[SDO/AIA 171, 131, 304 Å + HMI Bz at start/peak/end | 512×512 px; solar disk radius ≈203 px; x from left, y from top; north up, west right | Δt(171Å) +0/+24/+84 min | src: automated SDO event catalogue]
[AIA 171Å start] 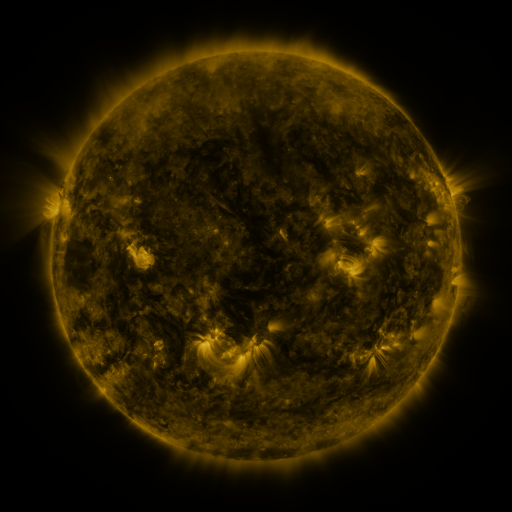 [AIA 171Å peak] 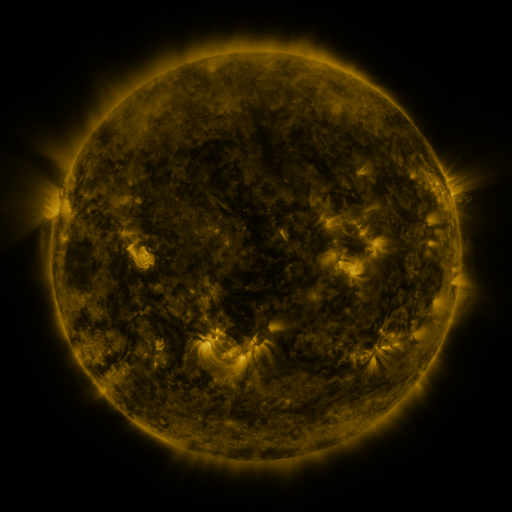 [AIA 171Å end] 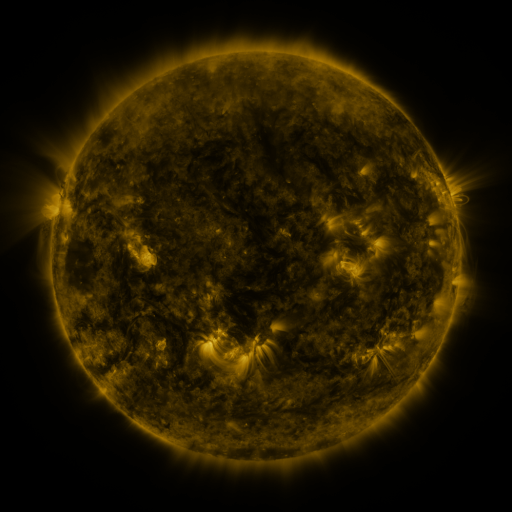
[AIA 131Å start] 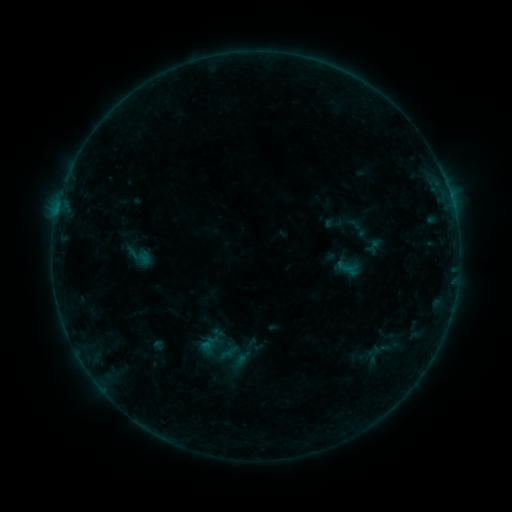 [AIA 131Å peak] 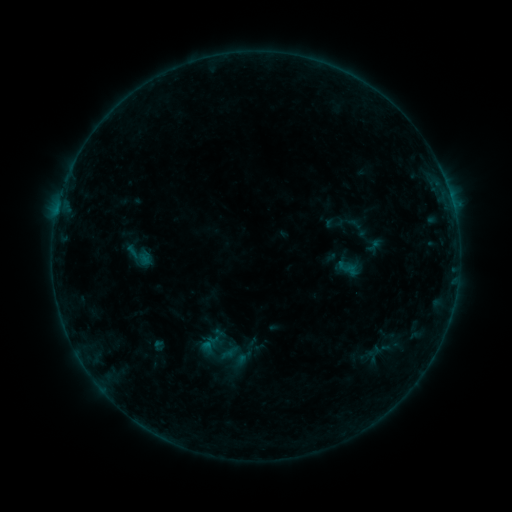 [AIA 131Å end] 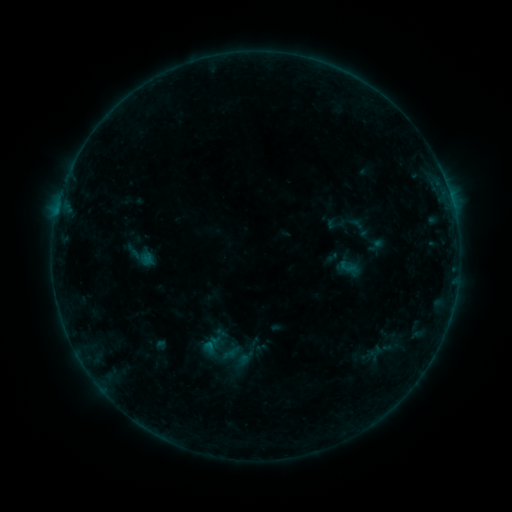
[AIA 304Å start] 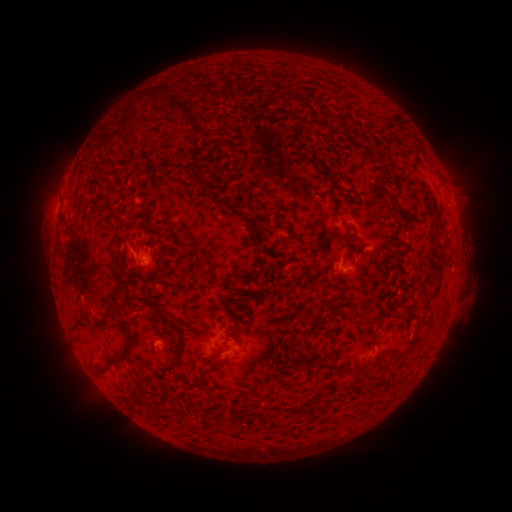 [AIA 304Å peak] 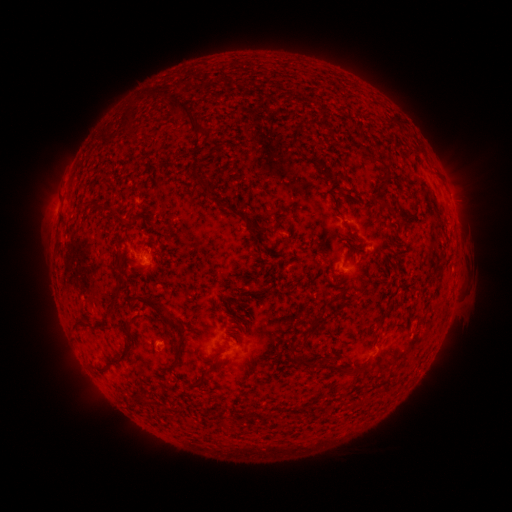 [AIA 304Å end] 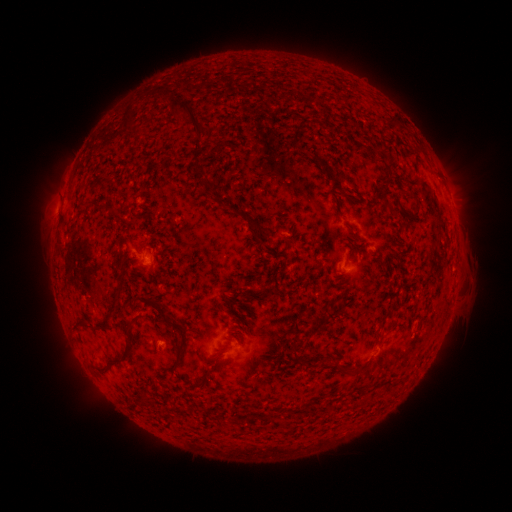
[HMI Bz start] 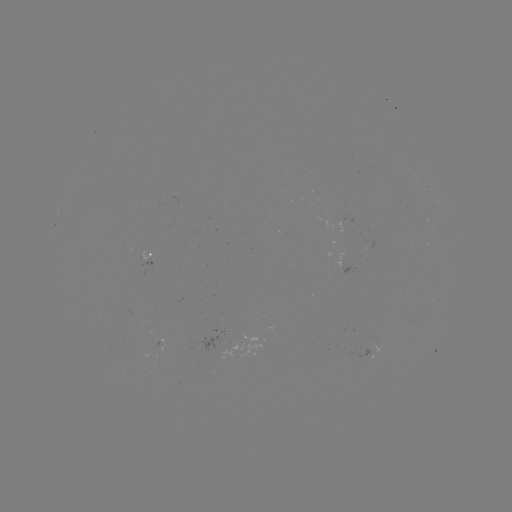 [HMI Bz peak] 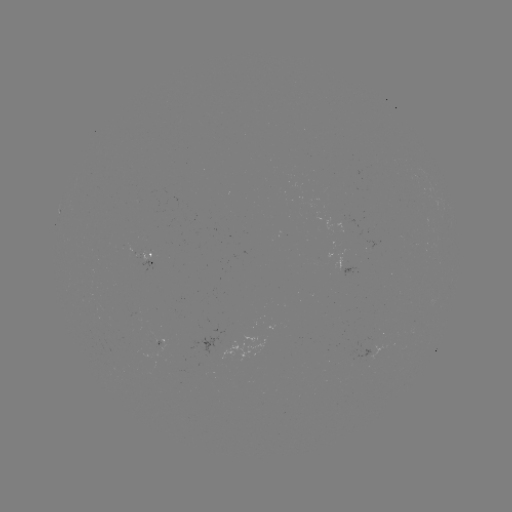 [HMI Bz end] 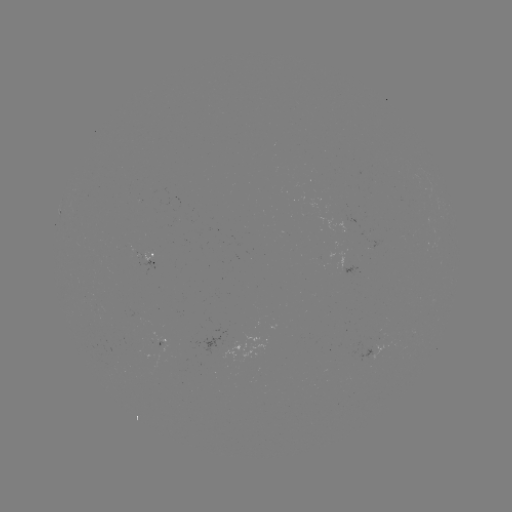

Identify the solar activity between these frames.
B2.6 flare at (209, 342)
